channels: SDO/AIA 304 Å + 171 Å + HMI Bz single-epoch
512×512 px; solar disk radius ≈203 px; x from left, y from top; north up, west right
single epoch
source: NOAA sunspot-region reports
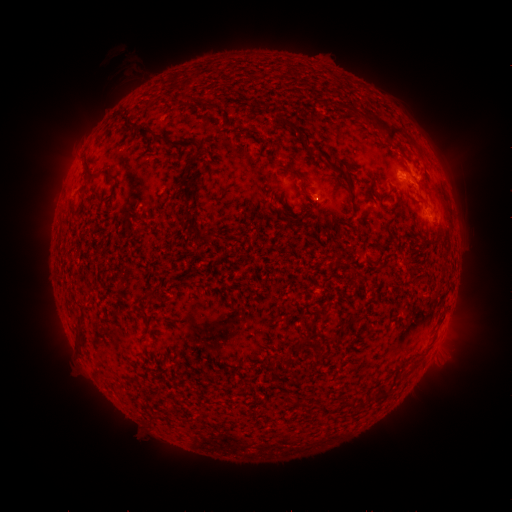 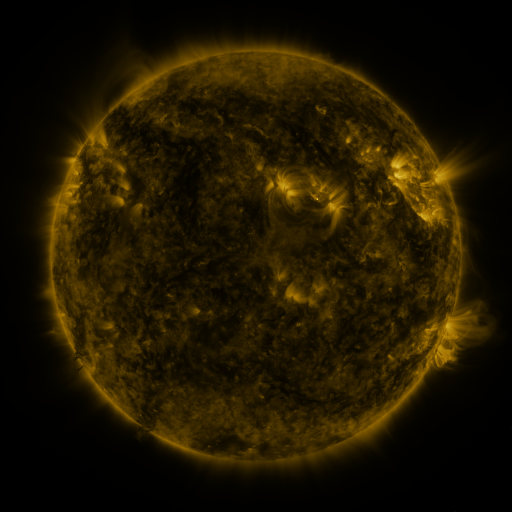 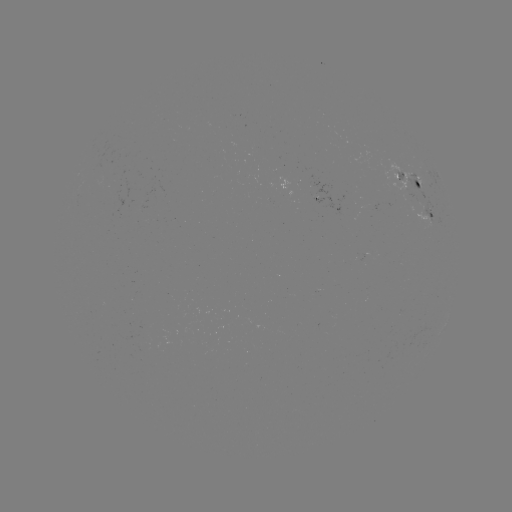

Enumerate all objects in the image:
spotted active region: (419, 185)
spotted active region: (428, 216)
spotted active region: (369, 255)
